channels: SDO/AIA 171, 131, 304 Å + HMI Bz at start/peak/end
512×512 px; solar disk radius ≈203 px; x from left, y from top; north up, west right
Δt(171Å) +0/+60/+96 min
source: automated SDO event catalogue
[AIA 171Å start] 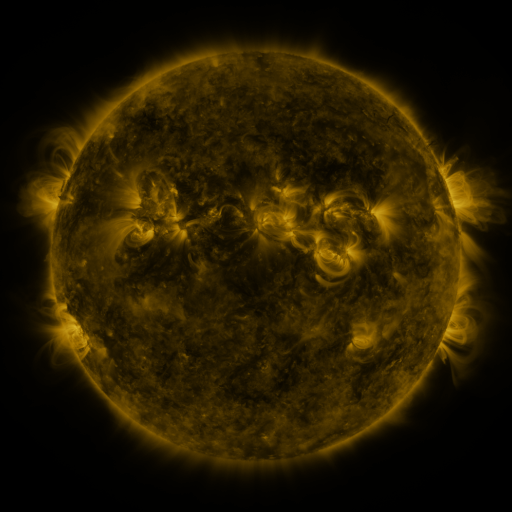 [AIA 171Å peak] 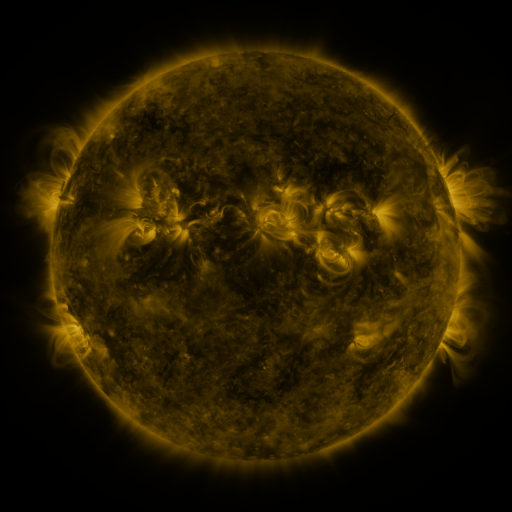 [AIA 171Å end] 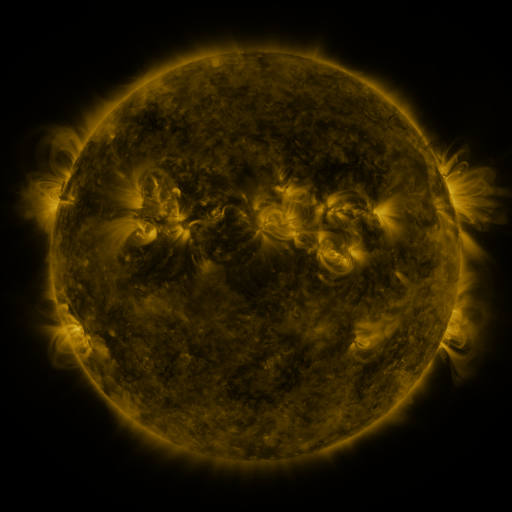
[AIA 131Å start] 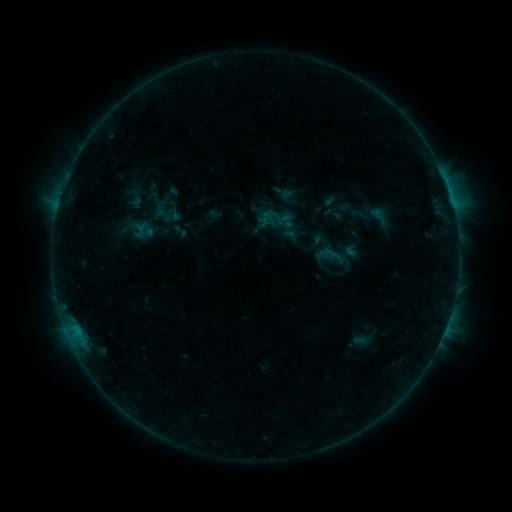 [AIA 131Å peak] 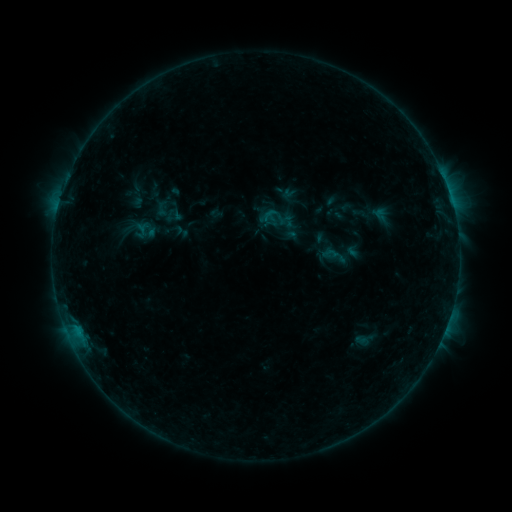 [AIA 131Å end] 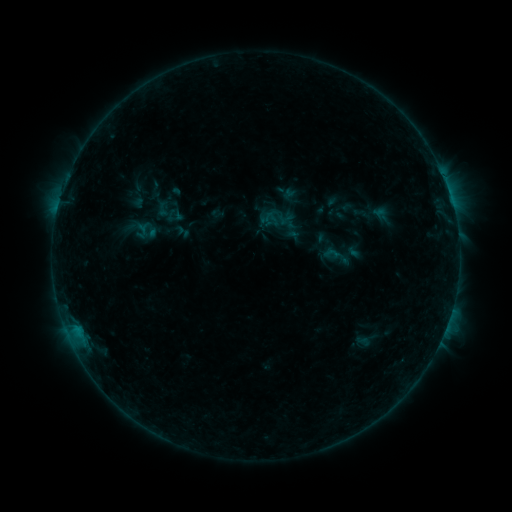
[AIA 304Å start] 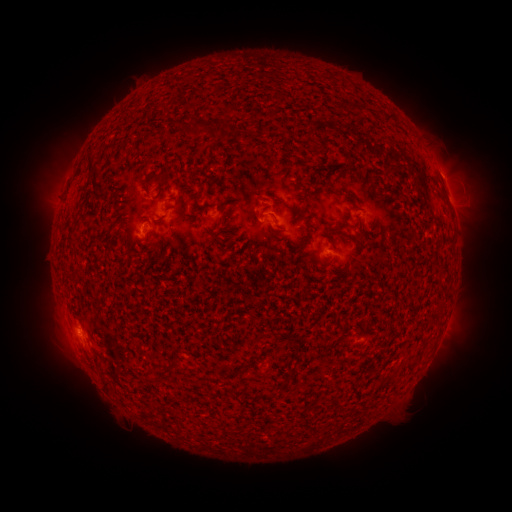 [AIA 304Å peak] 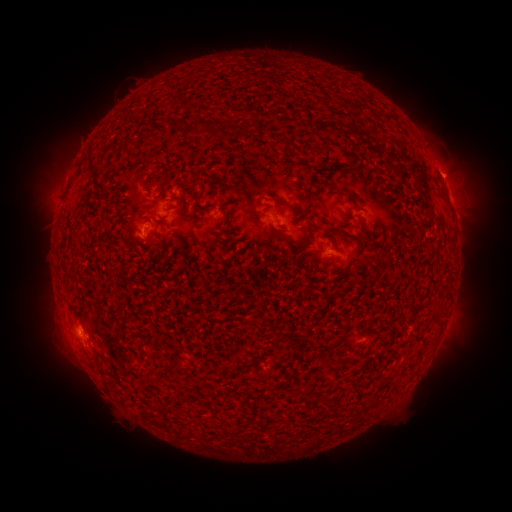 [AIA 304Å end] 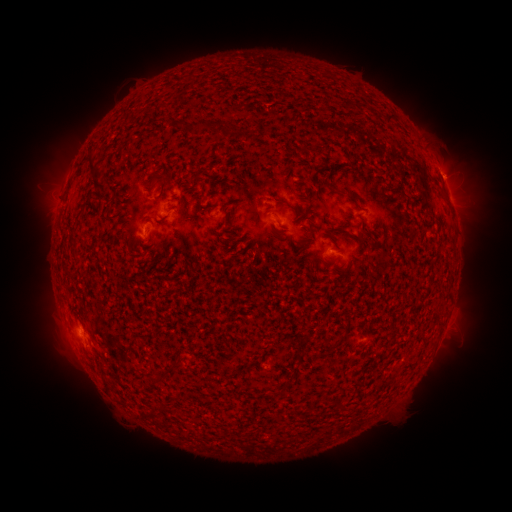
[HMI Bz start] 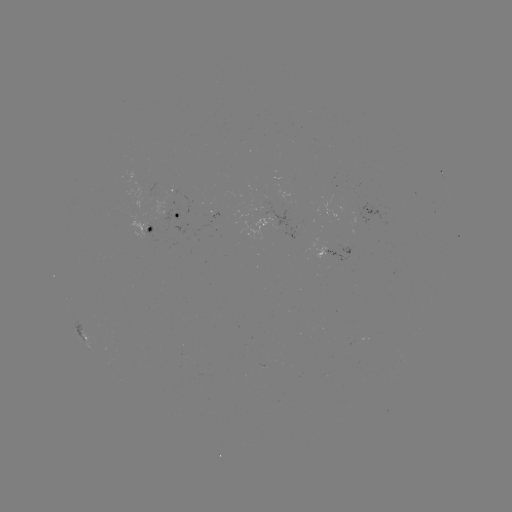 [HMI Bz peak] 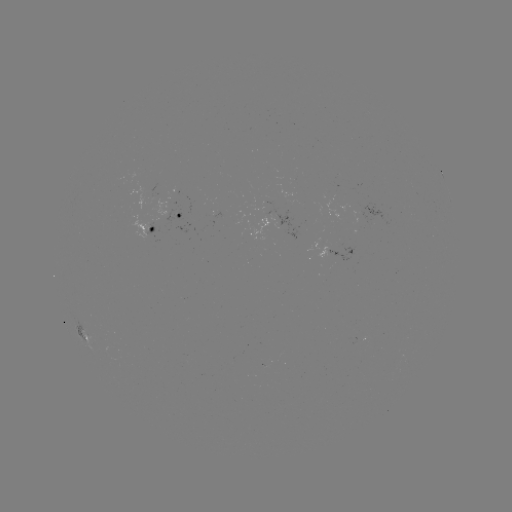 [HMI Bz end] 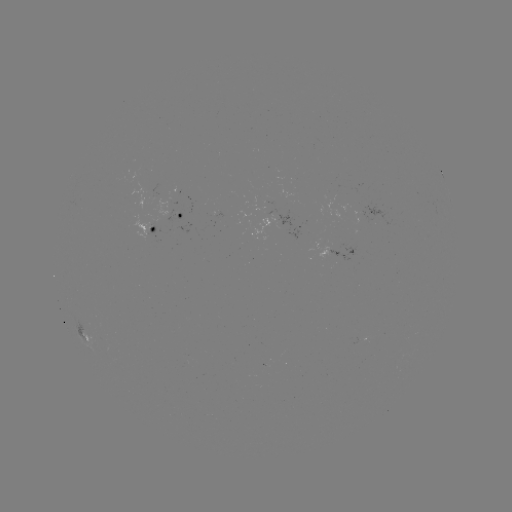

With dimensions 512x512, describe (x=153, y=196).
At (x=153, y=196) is emerging-flux region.